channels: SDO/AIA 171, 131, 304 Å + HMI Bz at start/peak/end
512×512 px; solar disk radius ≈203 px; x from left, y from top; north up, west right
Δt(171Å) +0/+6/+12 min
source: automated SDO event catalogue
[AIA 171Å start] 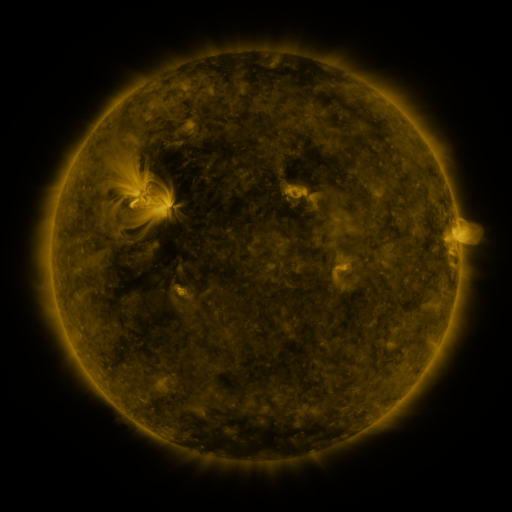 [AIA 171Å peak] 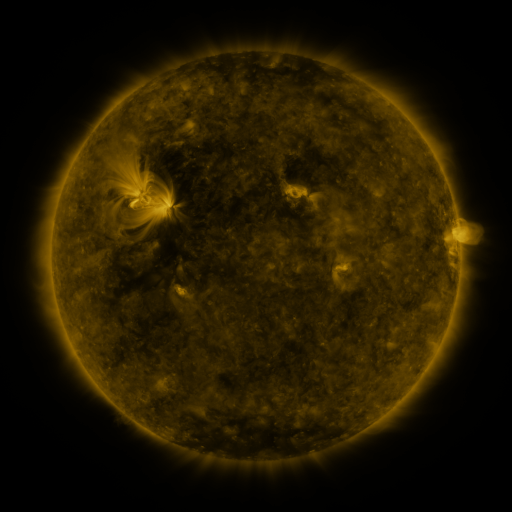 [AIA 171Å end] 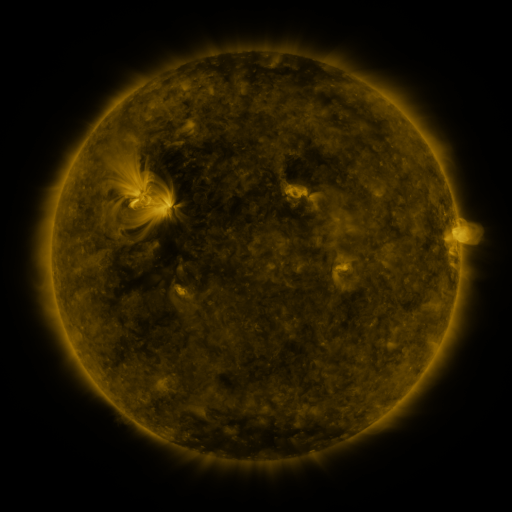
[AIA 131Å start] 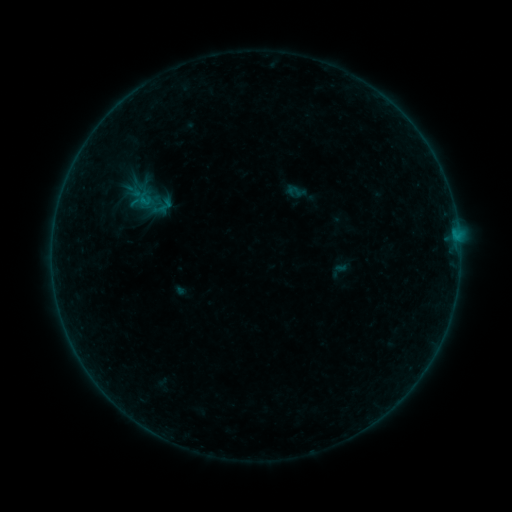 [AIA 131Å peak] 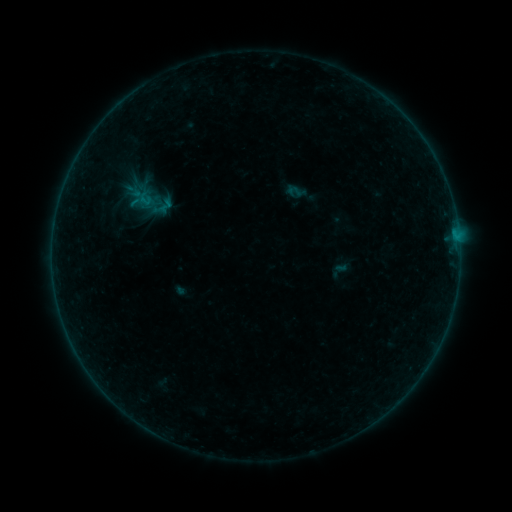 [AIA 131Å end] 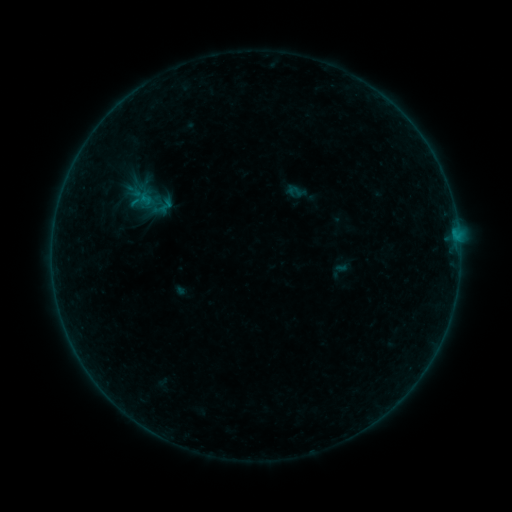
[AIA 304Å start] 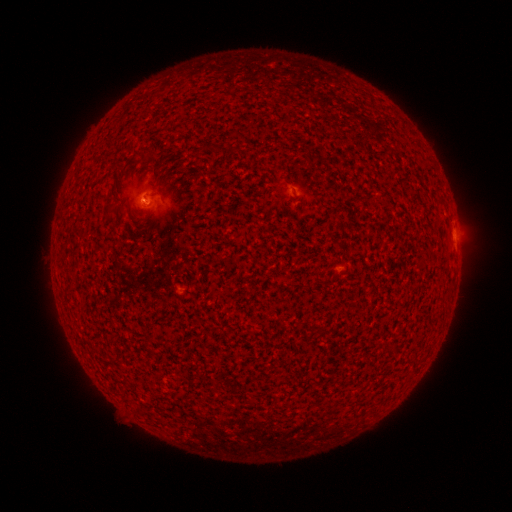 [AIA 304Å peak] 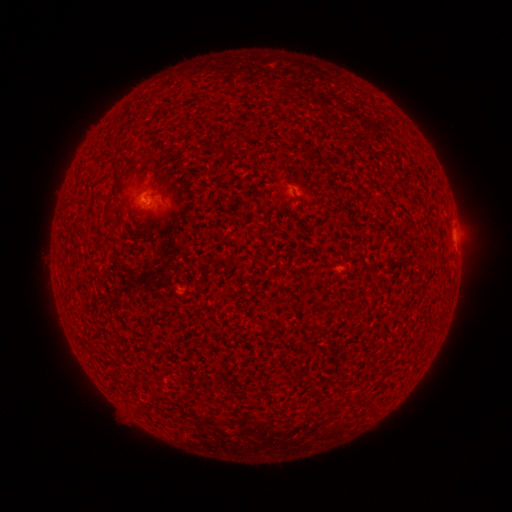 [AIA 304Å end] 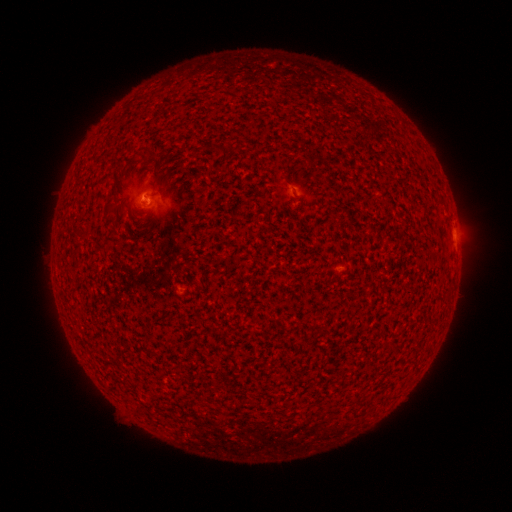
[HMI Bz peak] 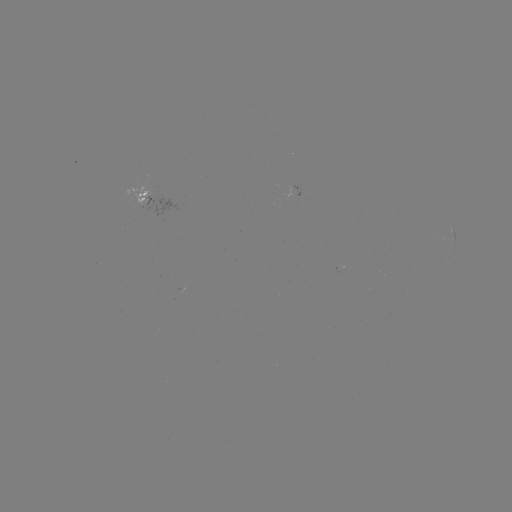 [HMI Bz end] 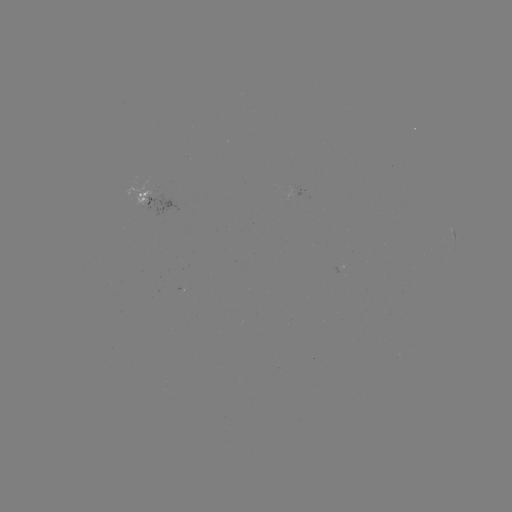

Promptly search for B1.1 flare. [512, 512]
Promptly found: (145, 199).